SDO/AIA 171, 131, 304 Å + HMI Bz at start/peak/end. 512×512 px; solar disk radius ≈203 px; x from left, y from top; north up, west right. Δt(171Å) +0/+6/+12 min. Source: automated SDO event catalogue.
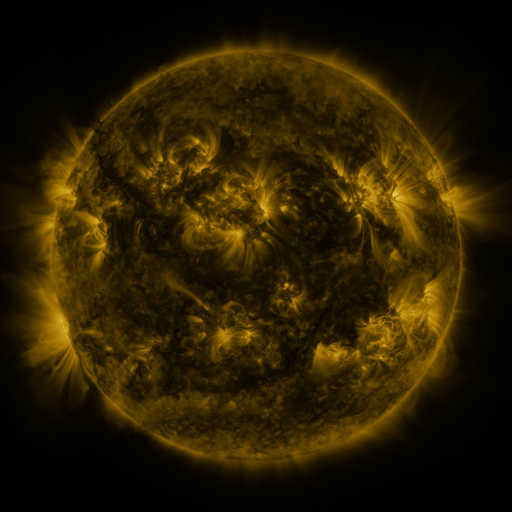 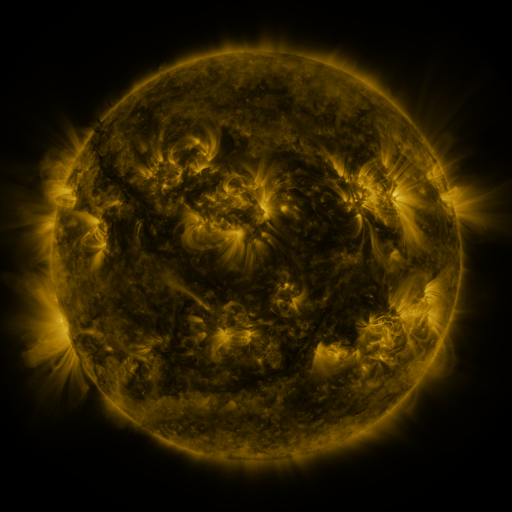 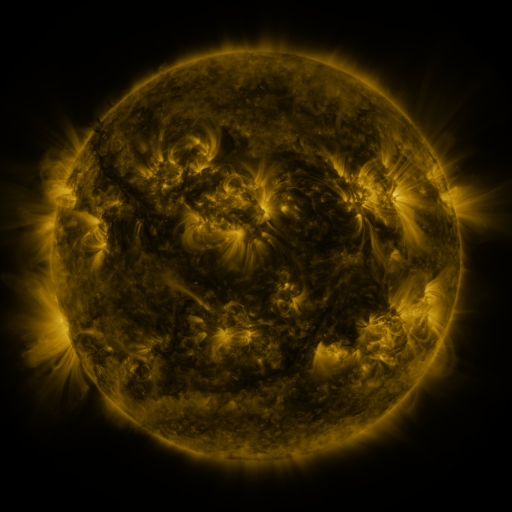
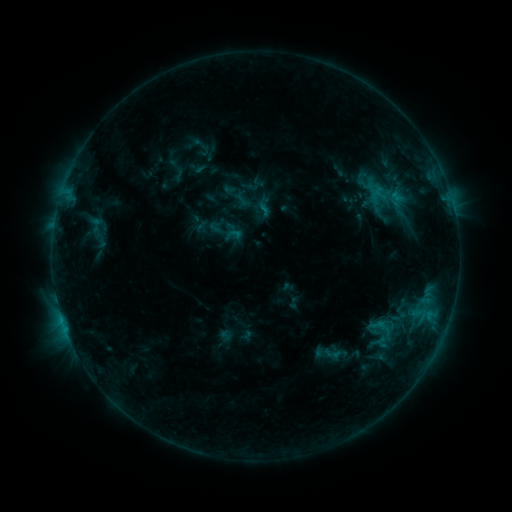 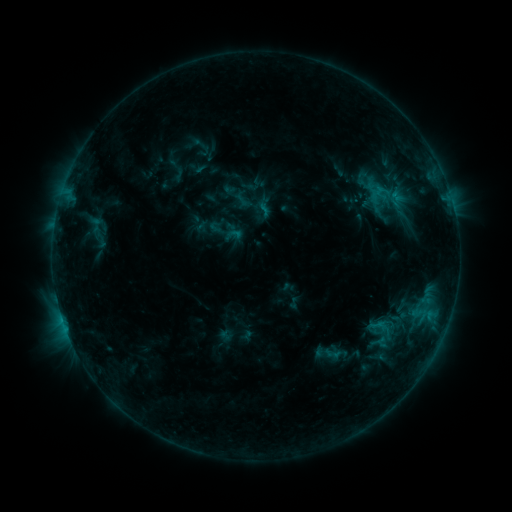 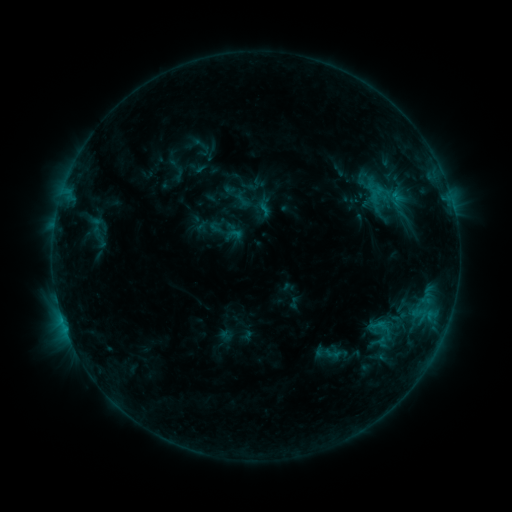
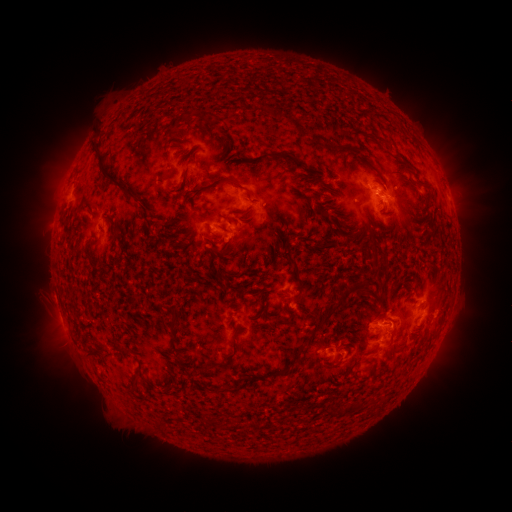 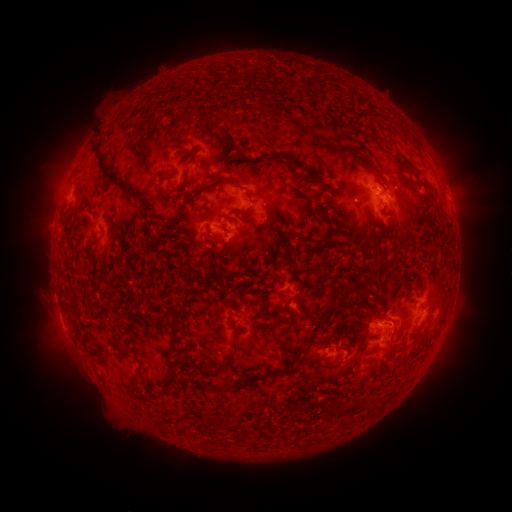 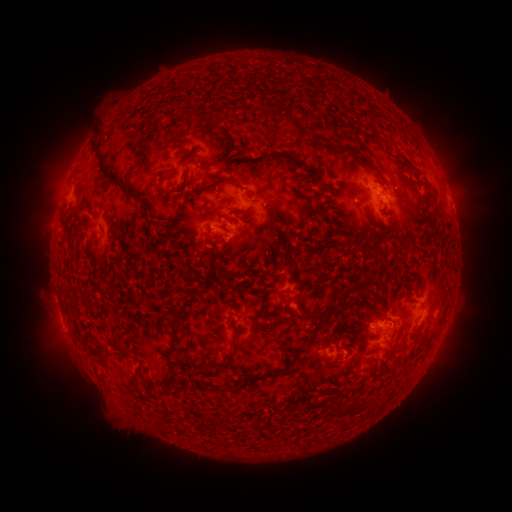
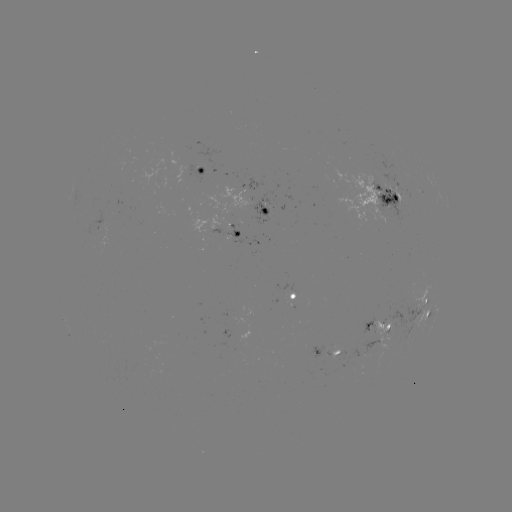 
nothing was catalogued: no classed flare, no EUV trigger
